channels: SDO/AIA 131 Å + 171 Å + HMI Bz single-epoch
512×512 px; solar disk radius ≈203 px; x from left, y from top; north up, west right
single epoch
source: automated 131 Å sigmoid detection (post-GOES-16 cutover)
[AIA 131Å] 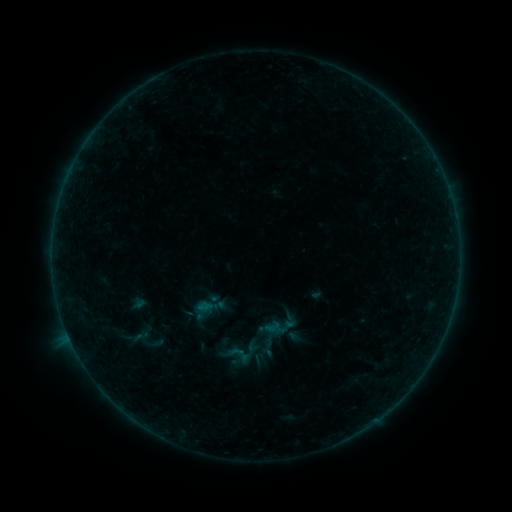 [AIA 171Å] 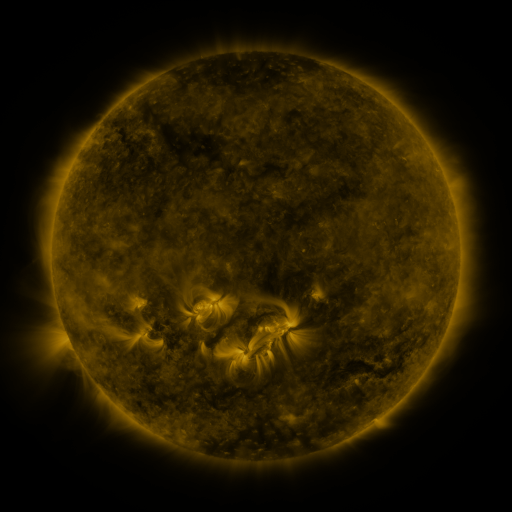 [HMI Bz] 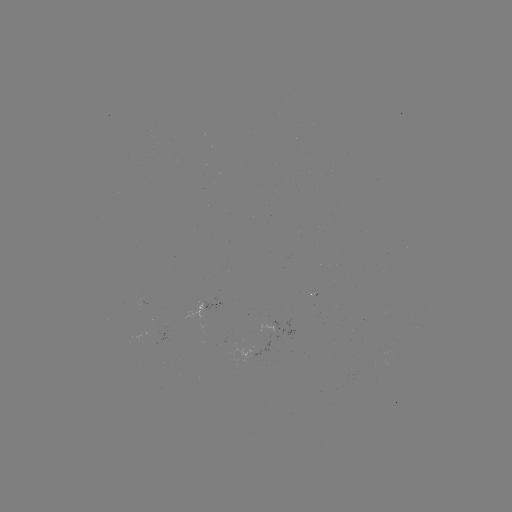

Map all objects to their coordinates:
sigmoid: (140, 337)
